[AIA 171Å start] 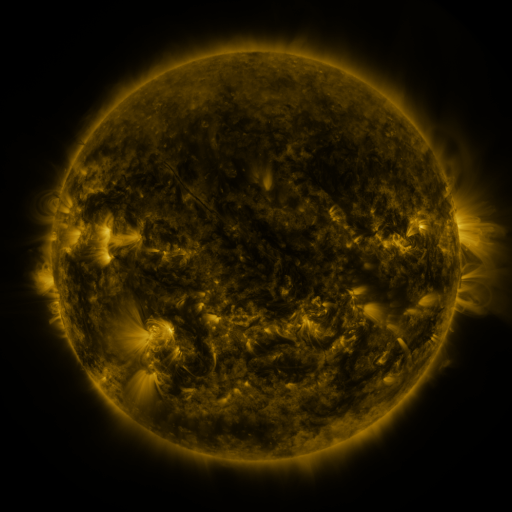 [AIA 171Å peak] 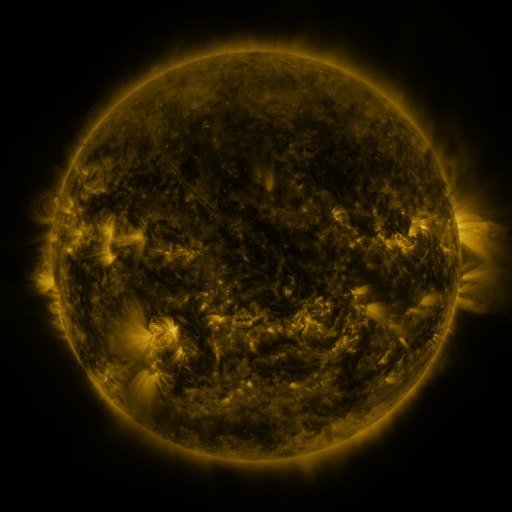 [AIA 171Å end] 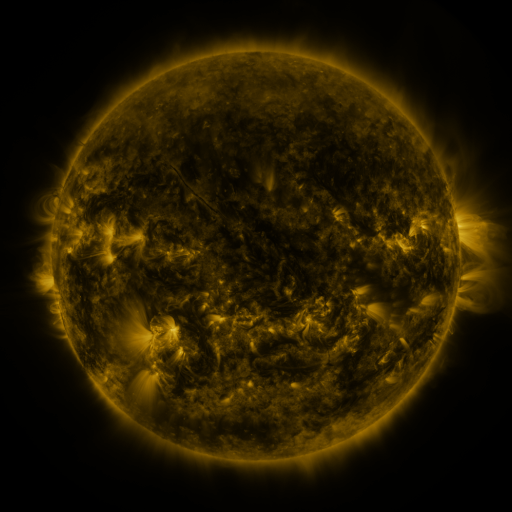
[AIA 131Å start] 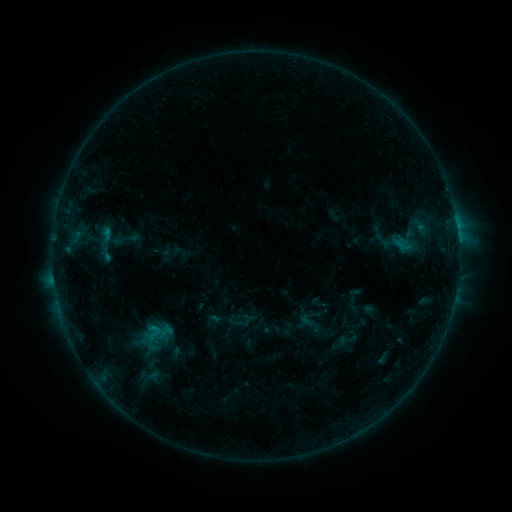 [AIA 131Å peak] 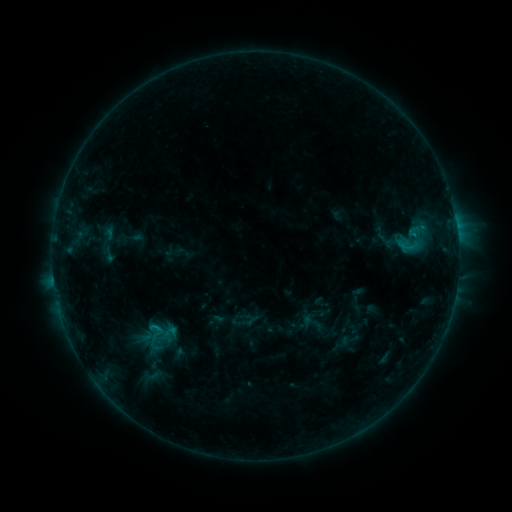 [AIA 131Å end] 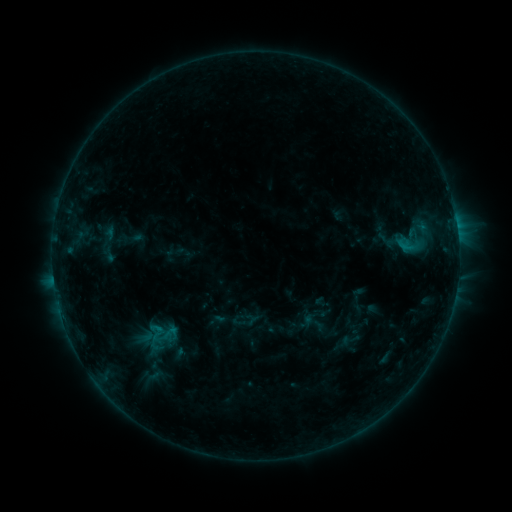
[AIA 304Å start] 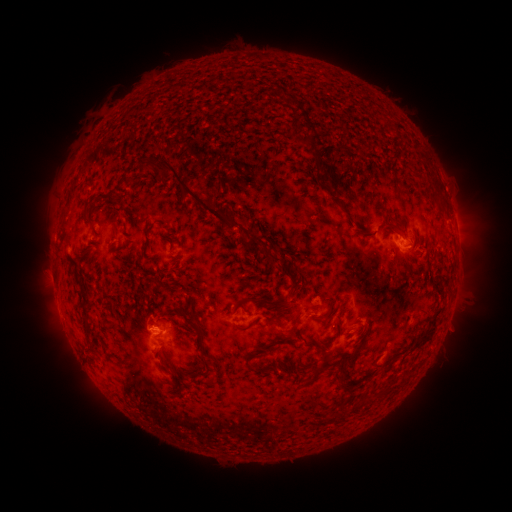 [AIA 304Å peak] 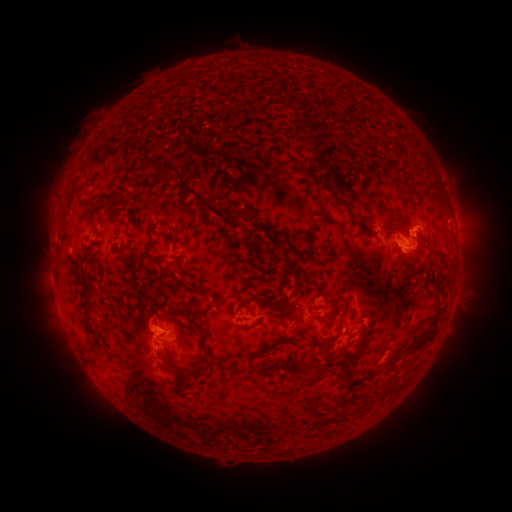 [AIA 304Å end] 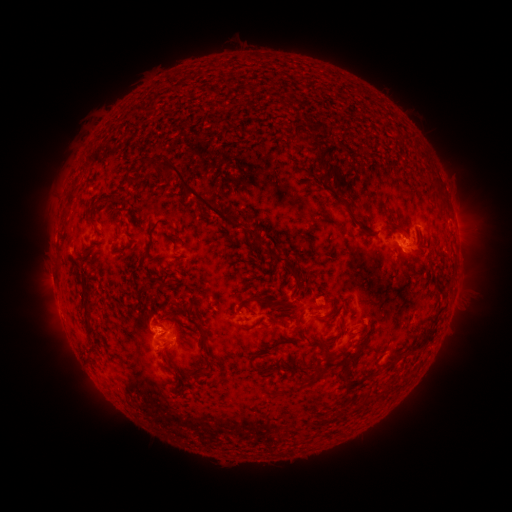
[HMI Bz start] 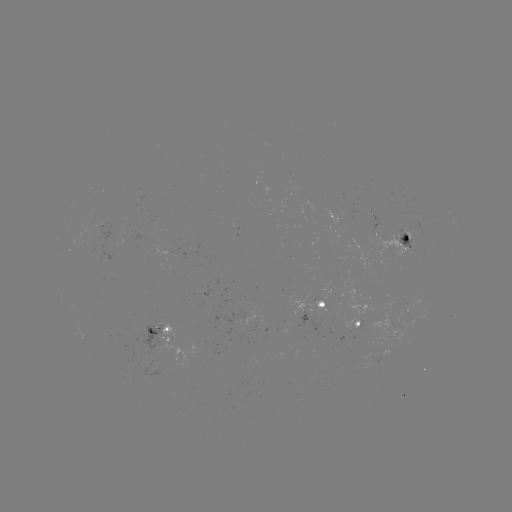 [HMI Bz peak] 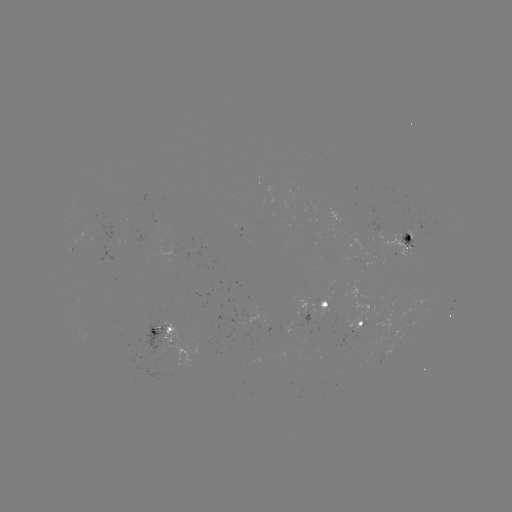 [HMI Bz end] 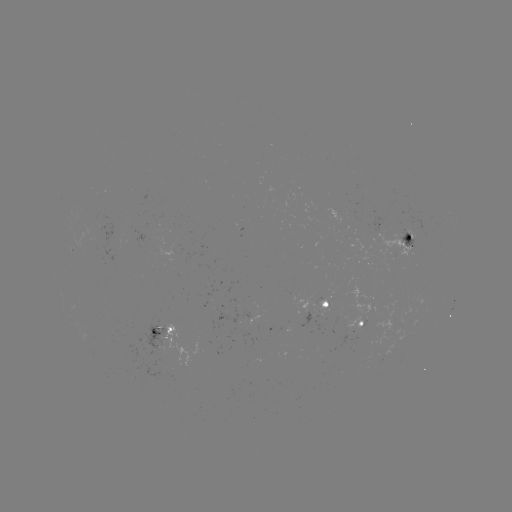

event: flare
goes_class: C1.1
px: (411, 236)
